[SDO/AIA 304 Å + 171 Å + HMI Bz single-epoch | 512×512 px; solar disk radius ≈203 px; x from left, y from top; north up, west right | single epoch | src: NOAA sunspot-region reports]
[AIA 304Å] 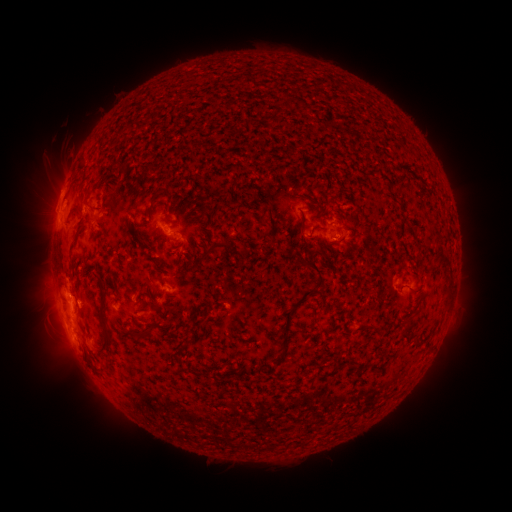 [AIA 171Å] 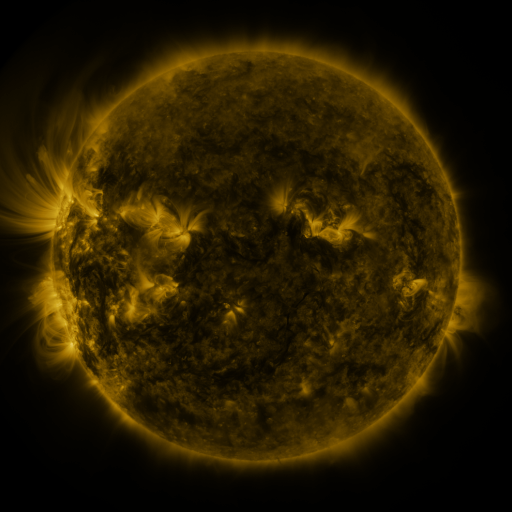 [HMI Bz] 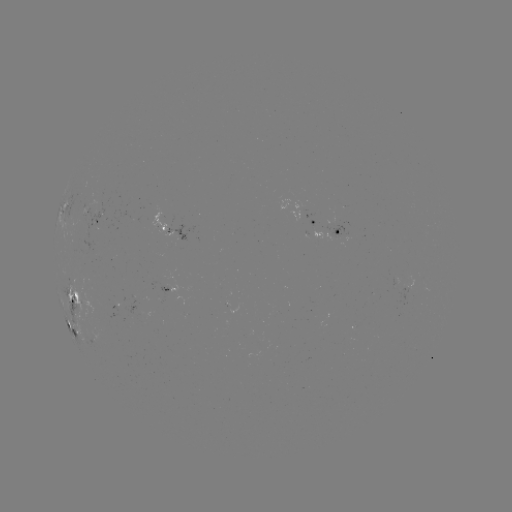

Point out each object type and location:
spotted active region: (68, 206)
spotted active region: (314, 219)
spotted active region: (100, 223)
spotted active region: (171, 225)
spotted active region: (337, 232)
spotted active region: (173, 289)
spotted active region: (75, 295)
spotted active region: (71, 327)
